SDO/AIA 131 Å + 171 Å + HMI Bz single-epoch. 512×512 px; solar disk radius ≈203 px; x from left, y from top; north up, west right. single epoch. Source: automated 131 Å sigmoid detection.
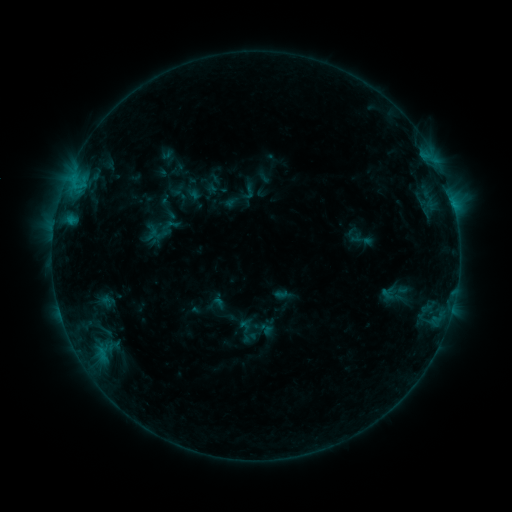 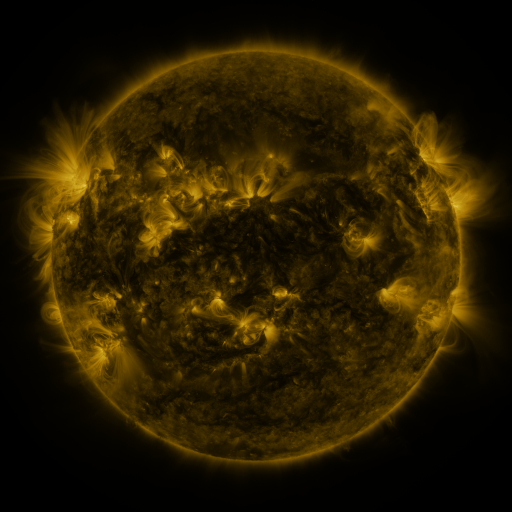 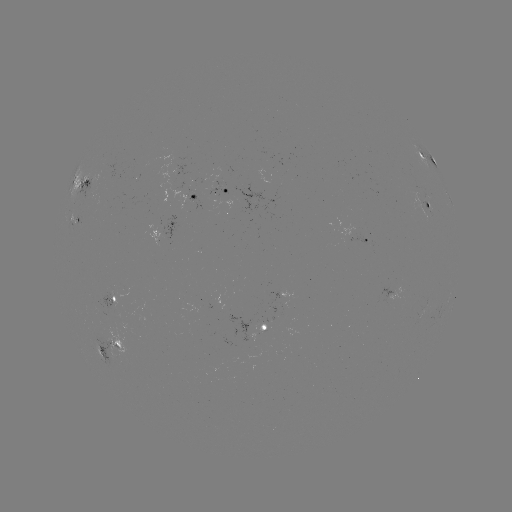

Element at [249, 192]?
sigmoid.